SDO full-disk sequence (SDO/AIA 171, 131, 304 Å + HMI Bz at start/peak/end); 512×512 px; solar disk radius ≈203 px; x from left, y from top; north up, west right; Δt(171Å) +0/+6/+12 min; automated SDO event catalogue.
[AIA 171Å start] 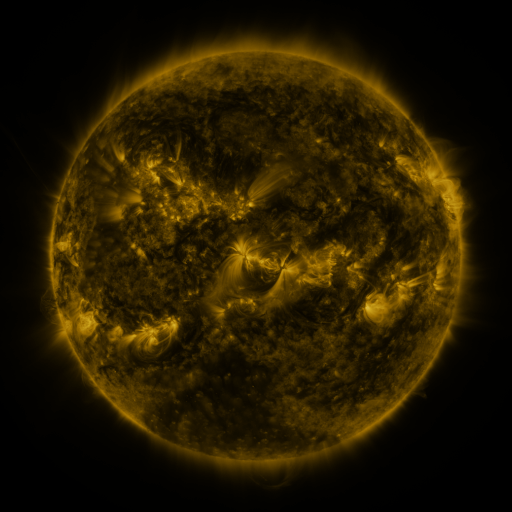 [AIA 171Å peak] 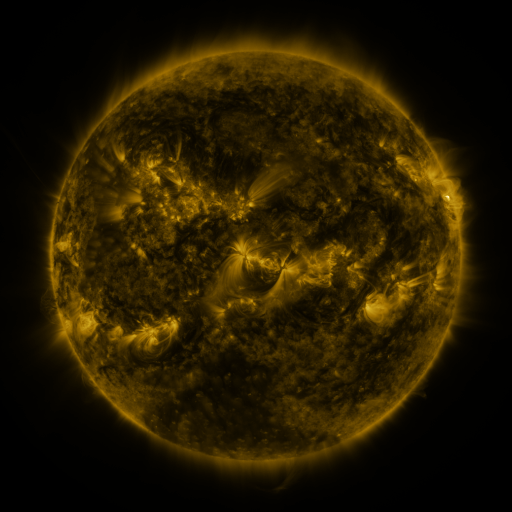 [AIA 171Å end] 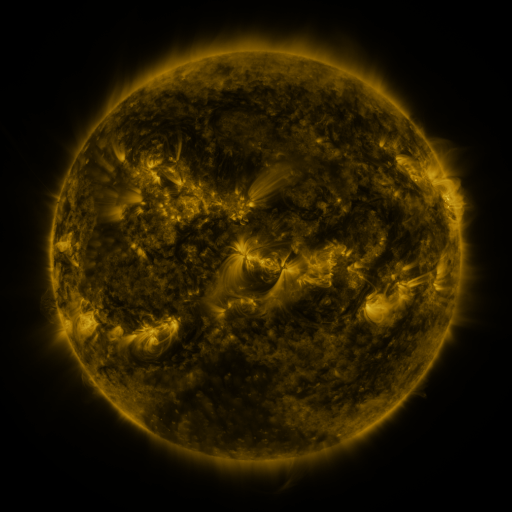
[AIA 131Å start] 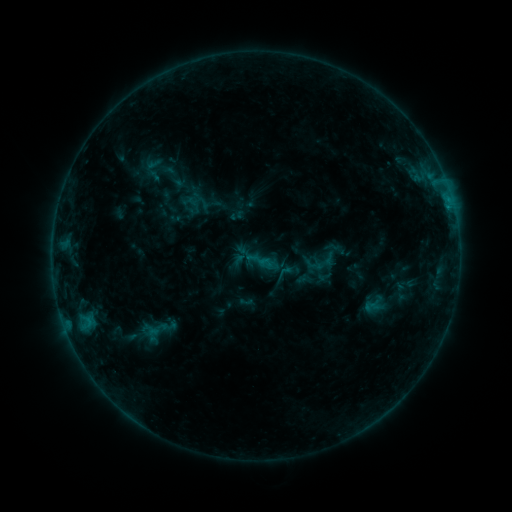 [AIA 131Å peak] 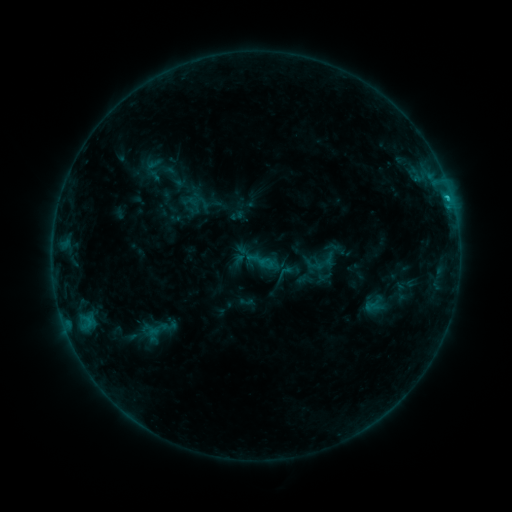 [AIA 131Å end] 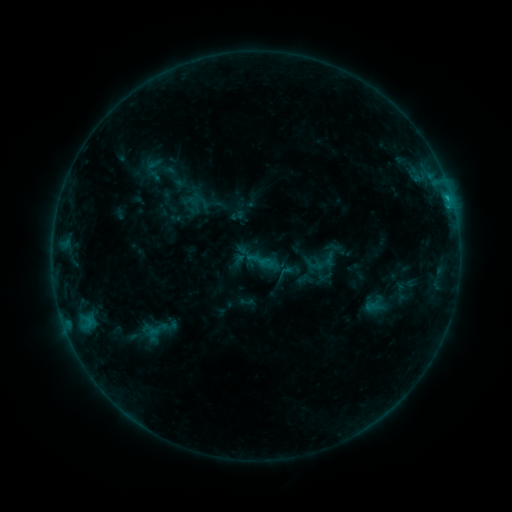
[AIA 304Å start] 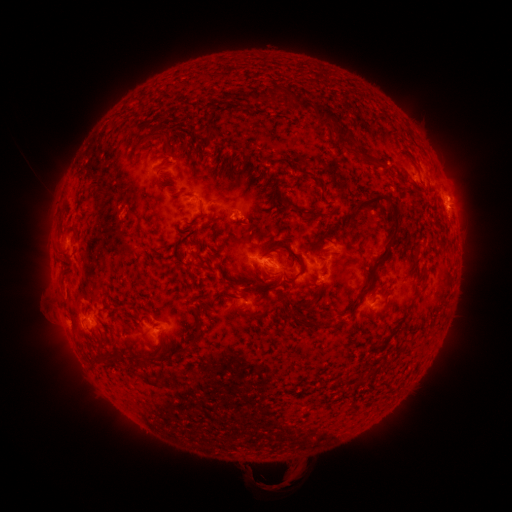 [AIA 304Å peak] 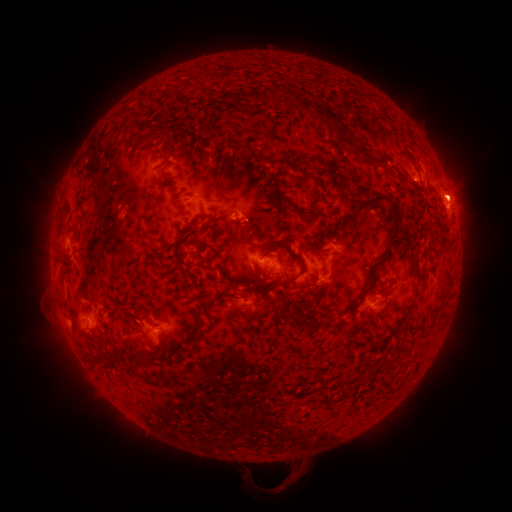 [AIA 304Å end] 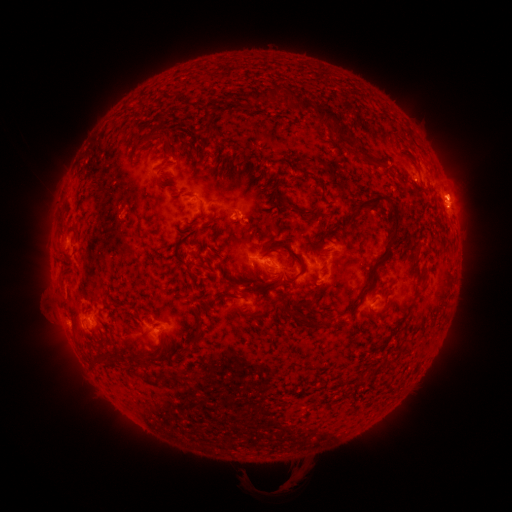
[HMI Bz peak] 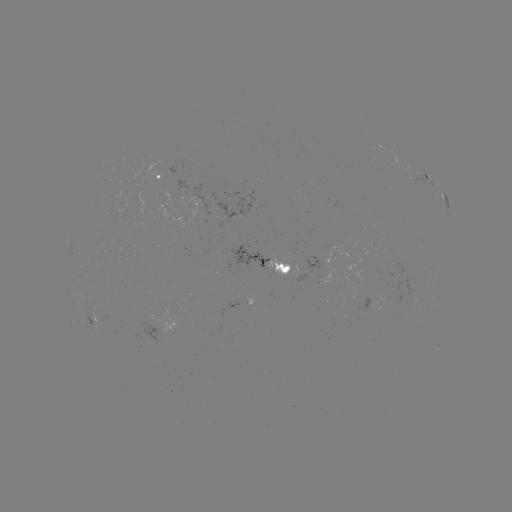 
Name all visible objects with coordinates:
eruption: (454, 188)
